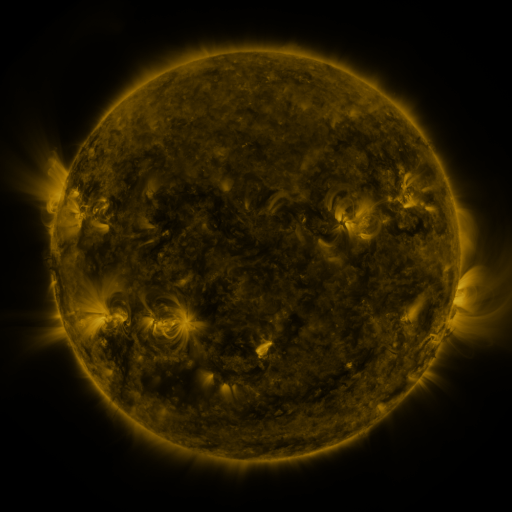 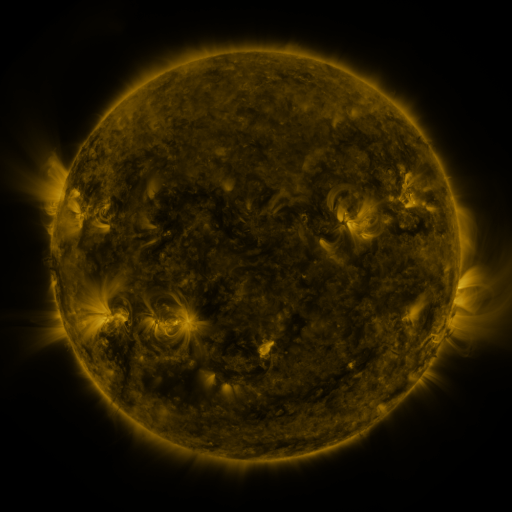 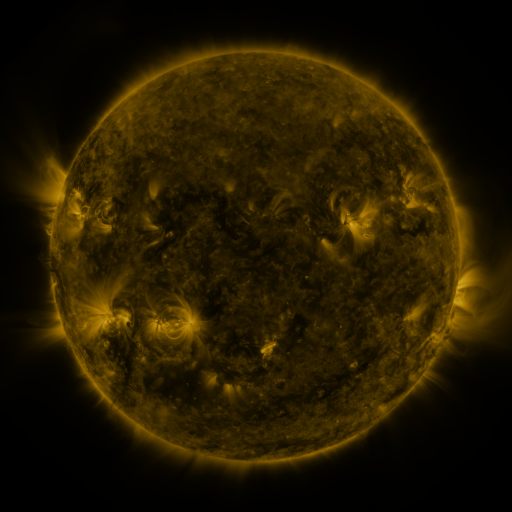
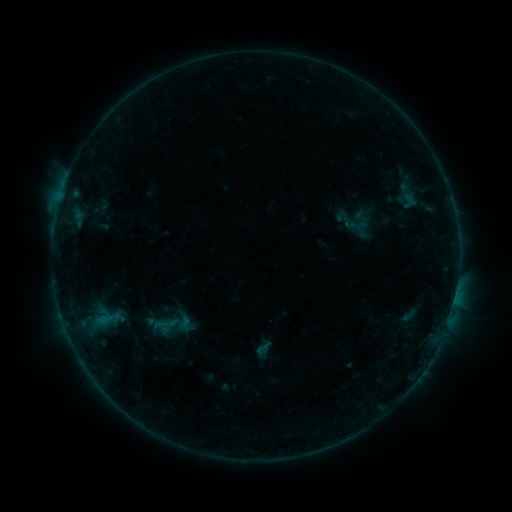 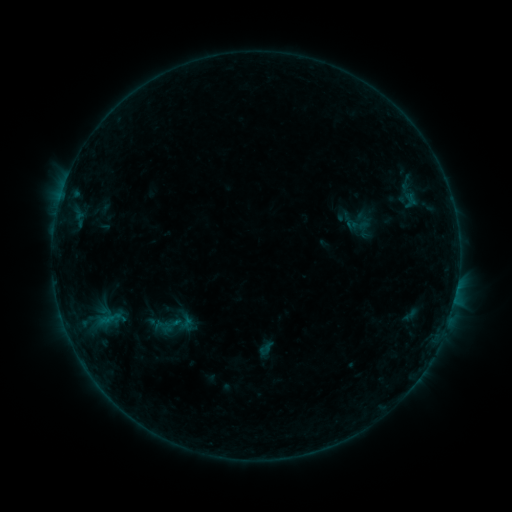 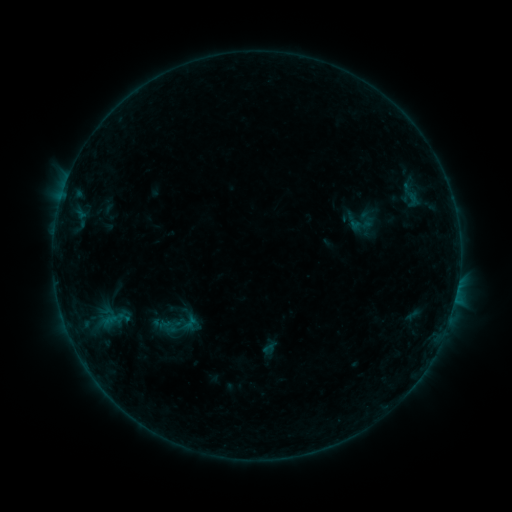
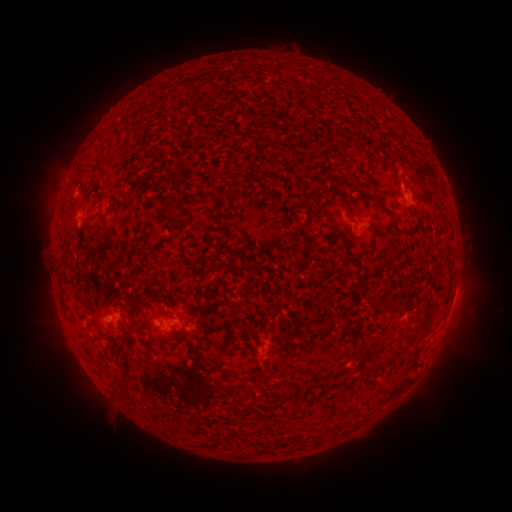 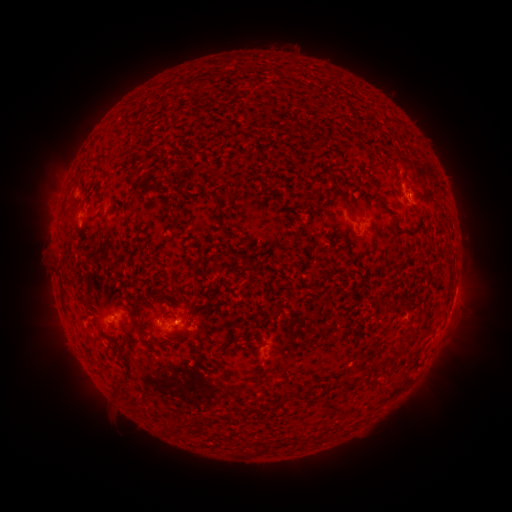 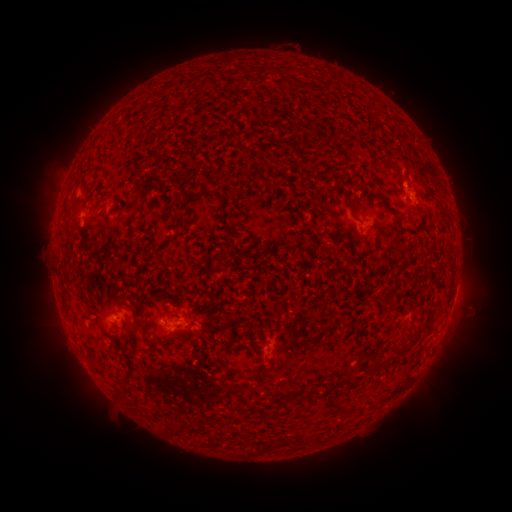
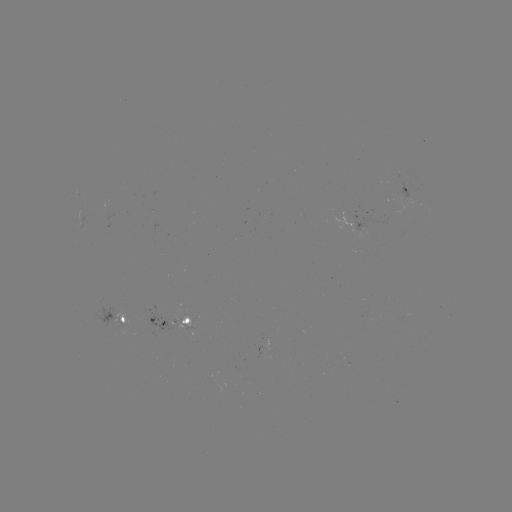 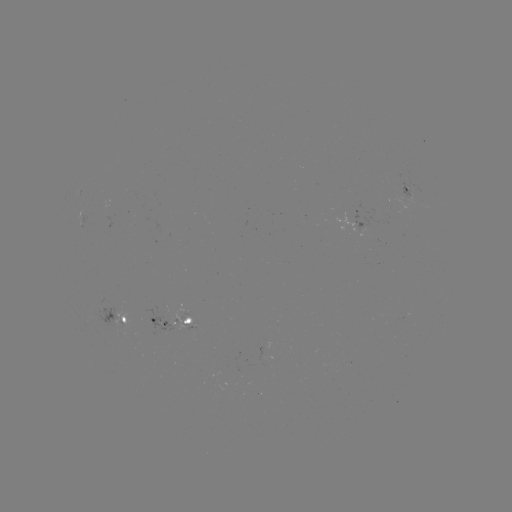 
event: emerging-flux region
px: (380, 318)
